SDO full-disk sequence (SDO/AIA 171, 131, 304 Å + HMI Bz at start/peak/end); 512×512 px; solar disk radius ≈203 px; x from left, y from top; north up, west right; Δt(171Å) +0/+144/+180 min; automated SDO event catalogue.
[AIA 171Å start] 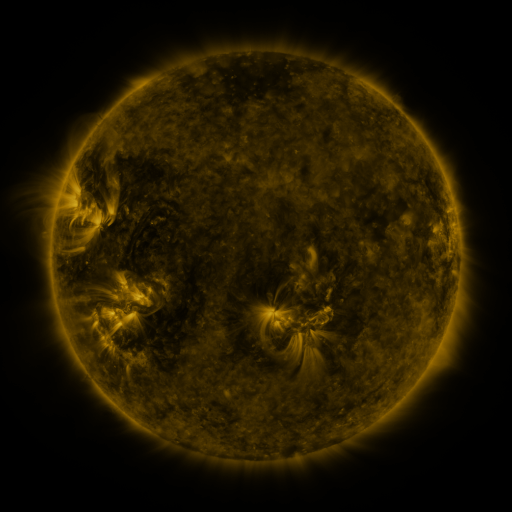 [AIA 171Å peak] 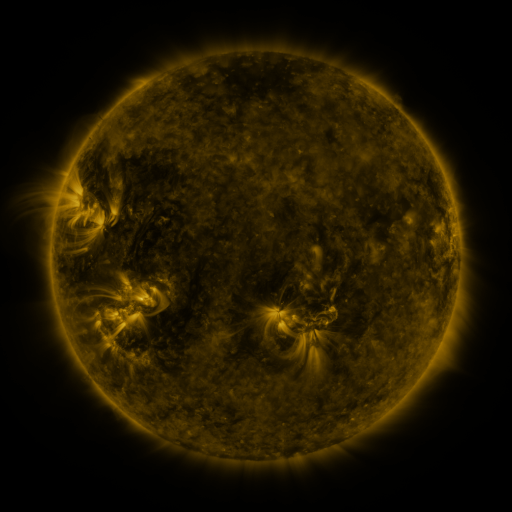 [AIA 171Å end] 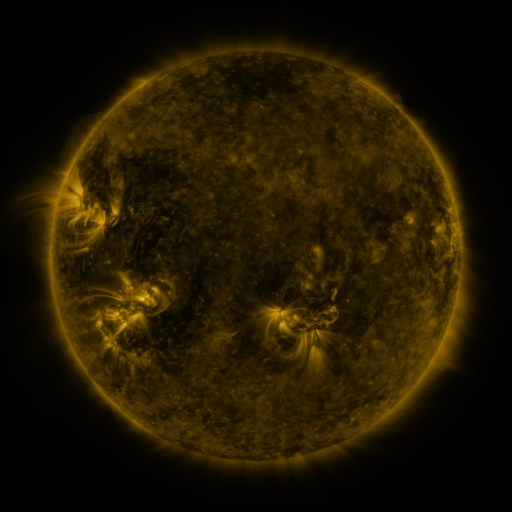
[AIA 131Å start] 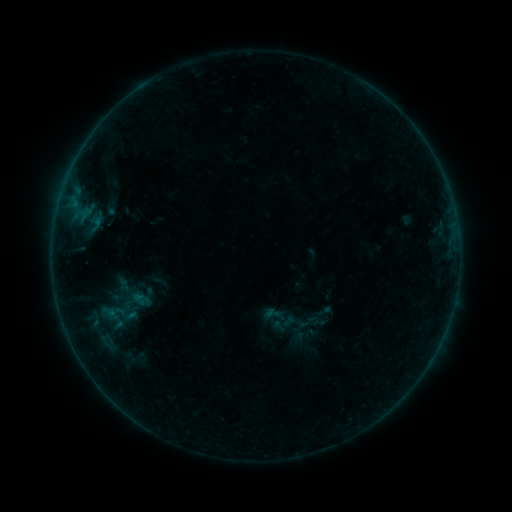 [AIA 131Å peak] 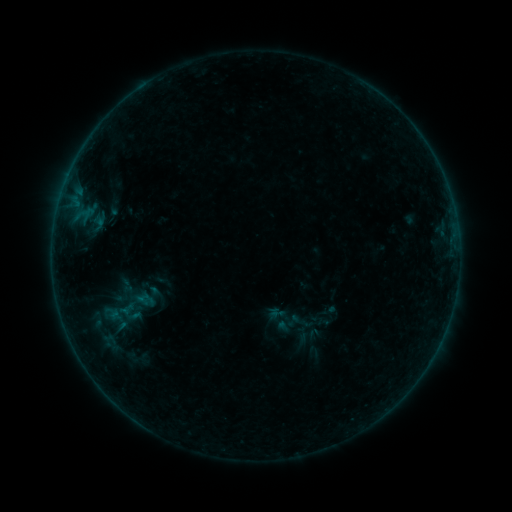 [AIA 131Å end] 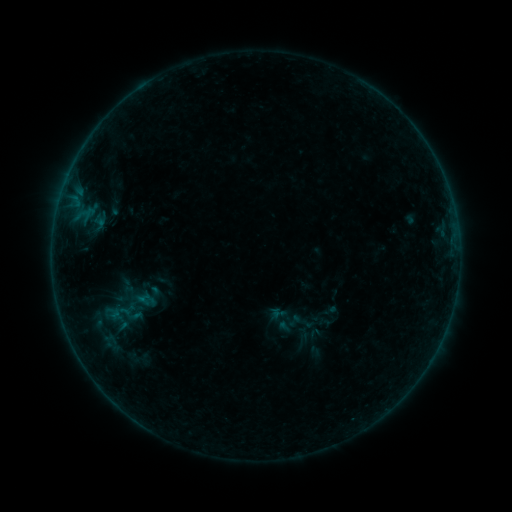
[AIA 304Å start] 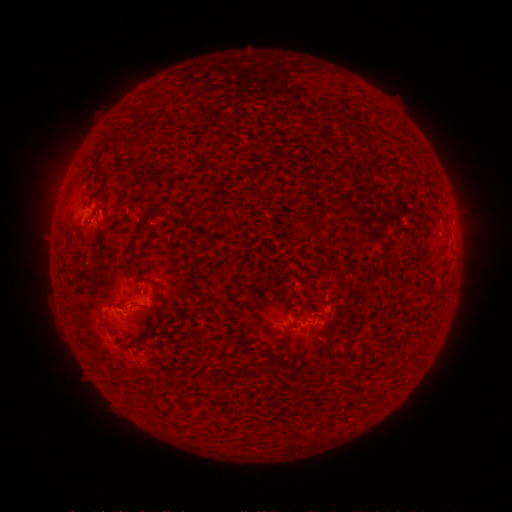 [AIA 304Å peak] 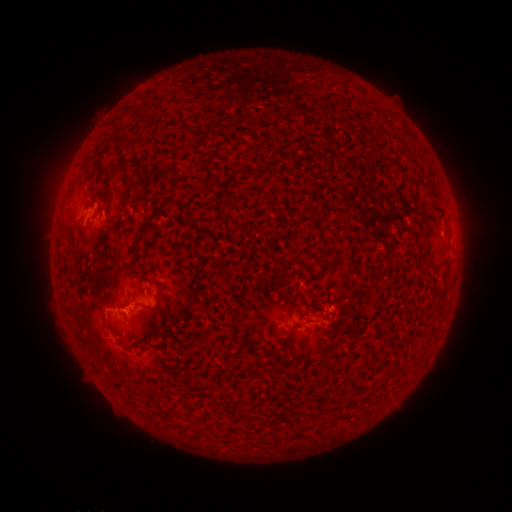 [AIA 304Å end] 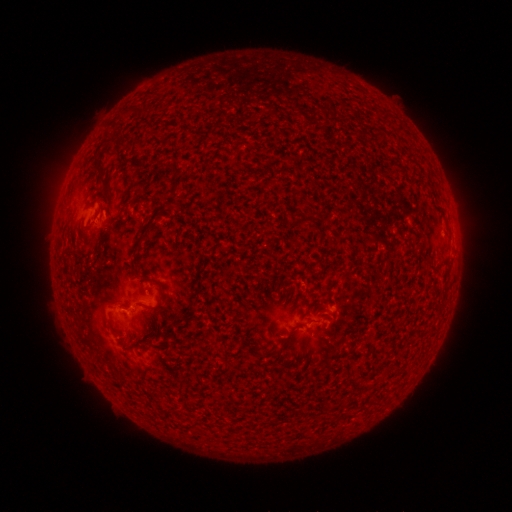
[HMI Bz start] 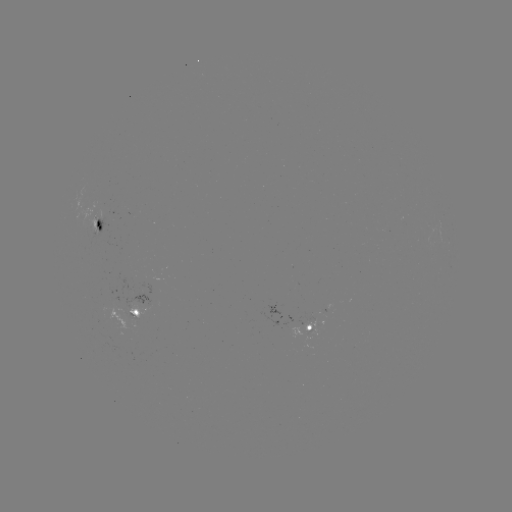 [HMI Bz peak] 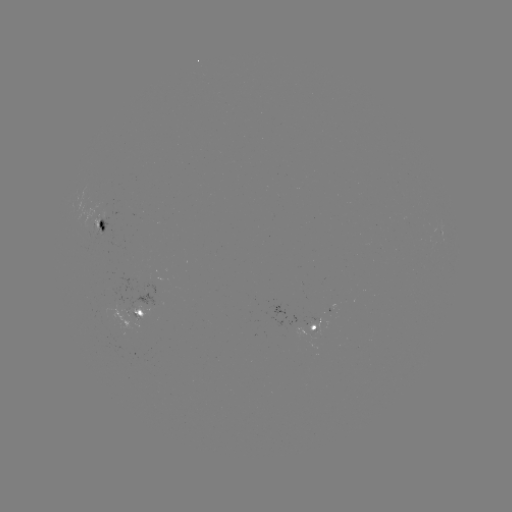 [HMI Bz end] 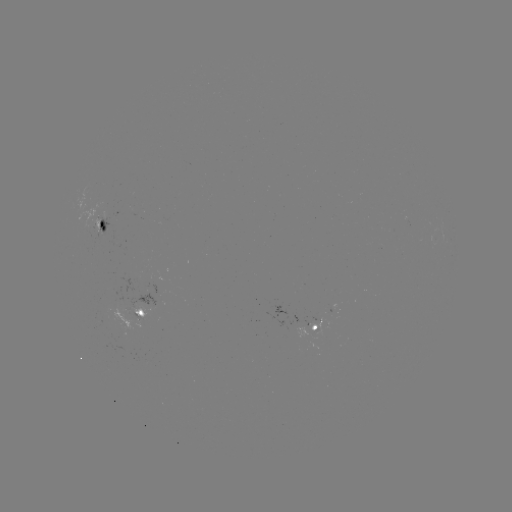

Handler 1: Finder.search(emerging-flux region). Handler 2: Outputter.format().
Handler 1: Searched emerging-flux region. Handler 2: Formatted (319, 333).